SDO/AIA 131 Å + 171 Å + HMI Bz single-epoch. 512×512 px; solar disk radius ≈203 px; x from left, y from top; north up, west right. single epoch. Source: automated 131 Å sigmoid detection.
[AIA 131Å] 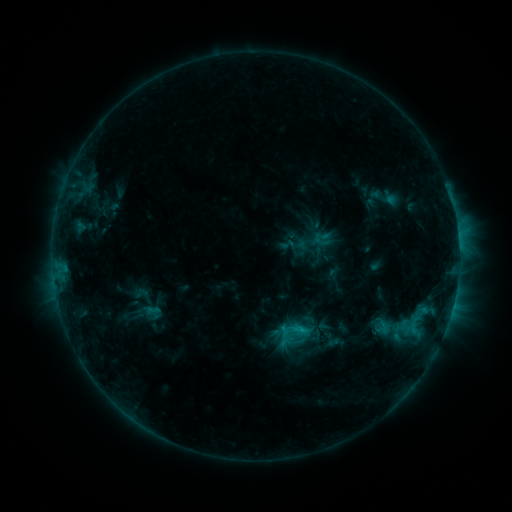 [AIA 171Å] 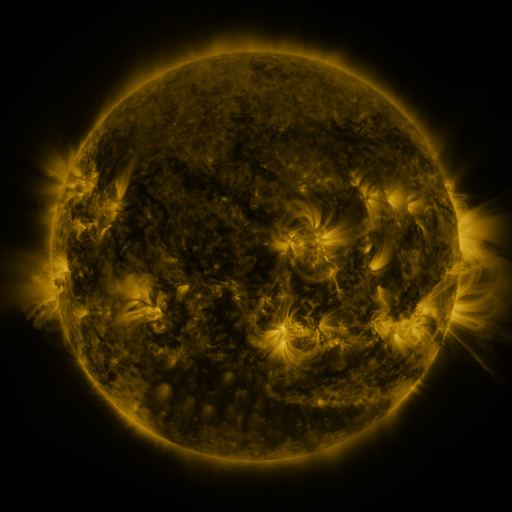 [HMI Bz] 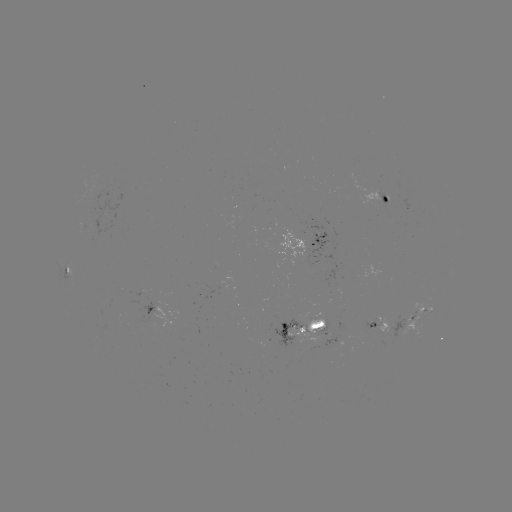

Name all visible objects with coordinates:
sigmoid: (294, 341)
